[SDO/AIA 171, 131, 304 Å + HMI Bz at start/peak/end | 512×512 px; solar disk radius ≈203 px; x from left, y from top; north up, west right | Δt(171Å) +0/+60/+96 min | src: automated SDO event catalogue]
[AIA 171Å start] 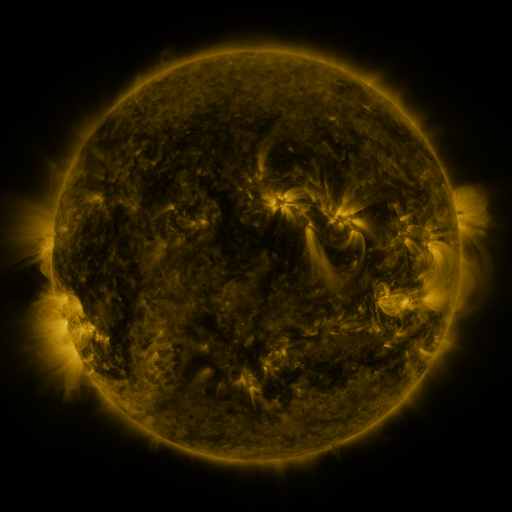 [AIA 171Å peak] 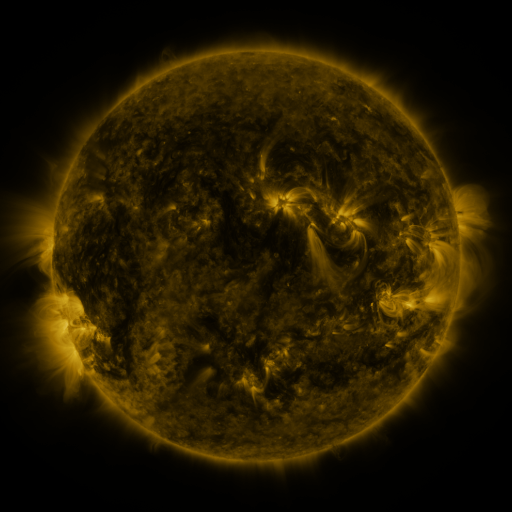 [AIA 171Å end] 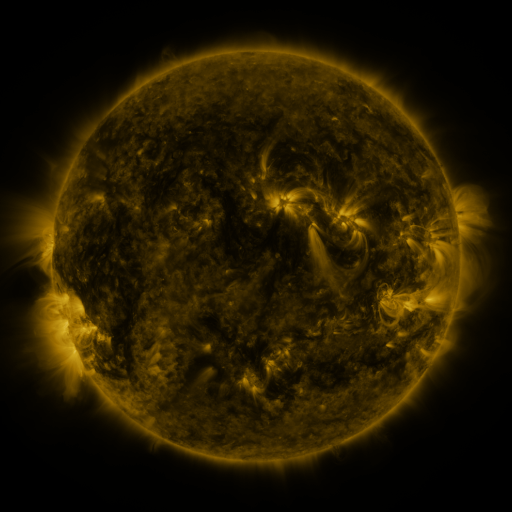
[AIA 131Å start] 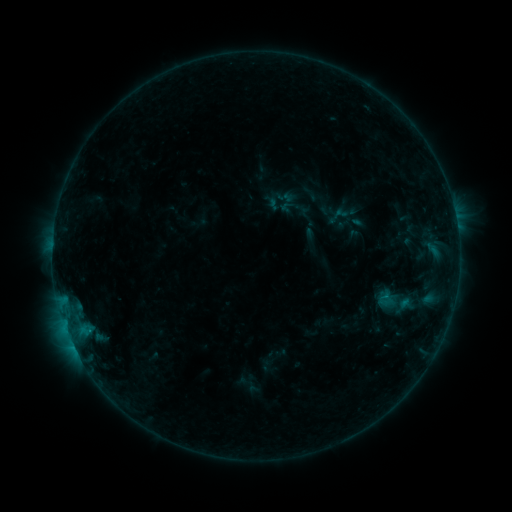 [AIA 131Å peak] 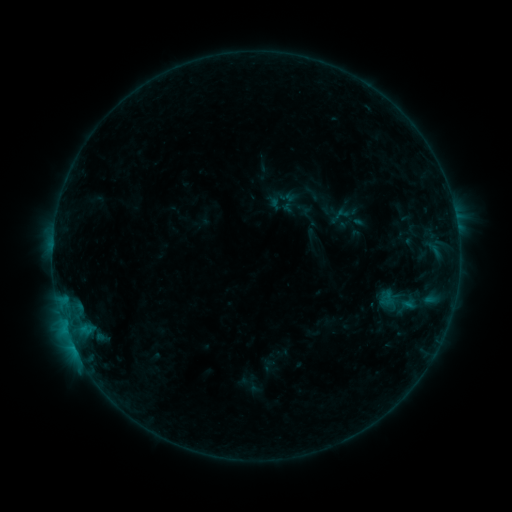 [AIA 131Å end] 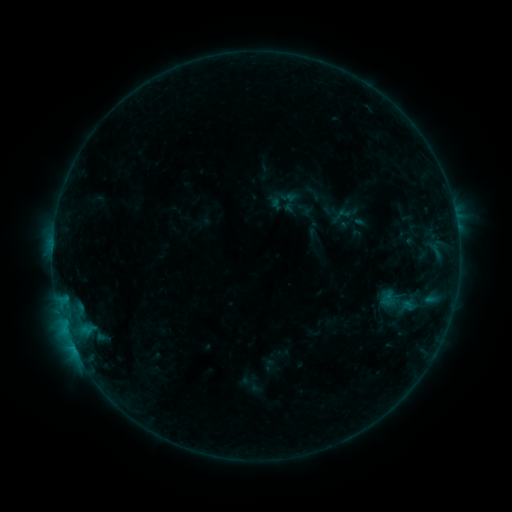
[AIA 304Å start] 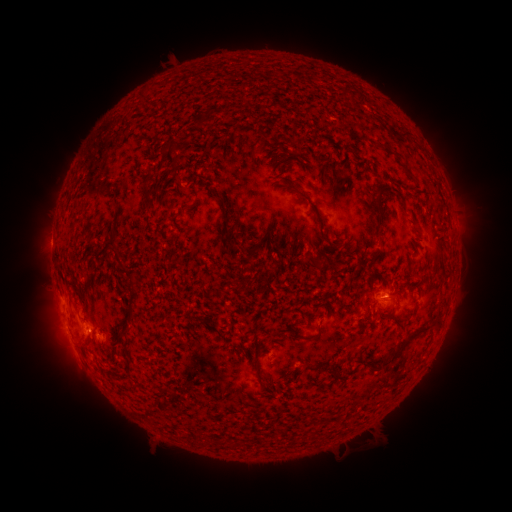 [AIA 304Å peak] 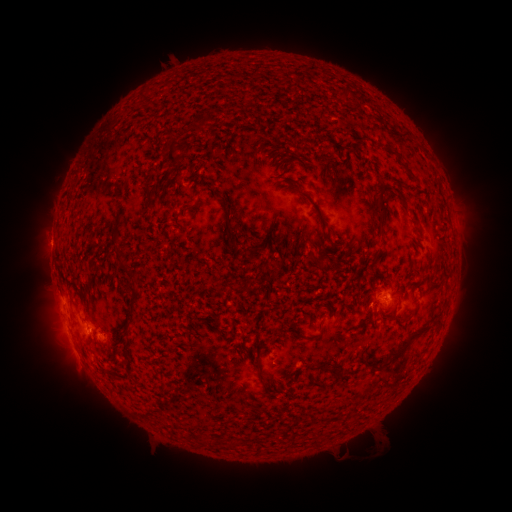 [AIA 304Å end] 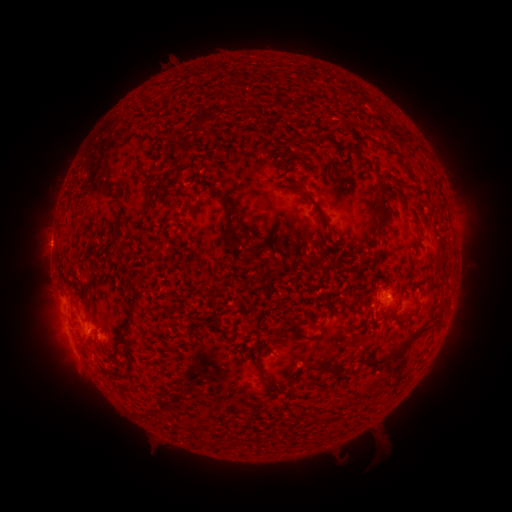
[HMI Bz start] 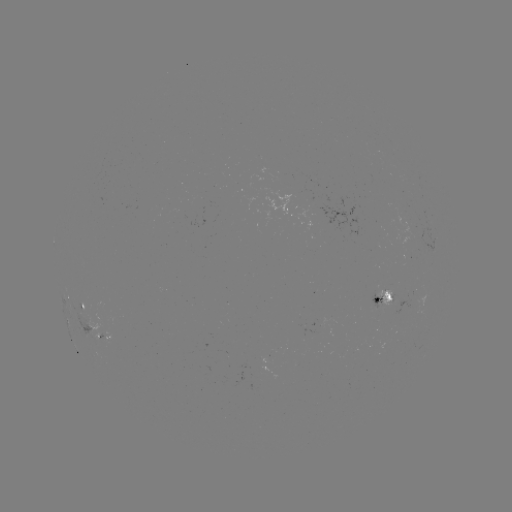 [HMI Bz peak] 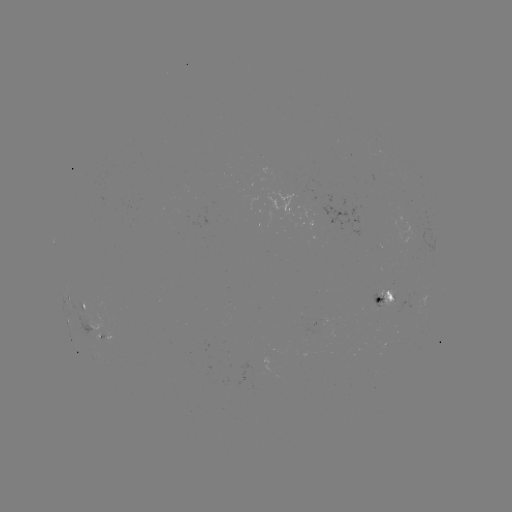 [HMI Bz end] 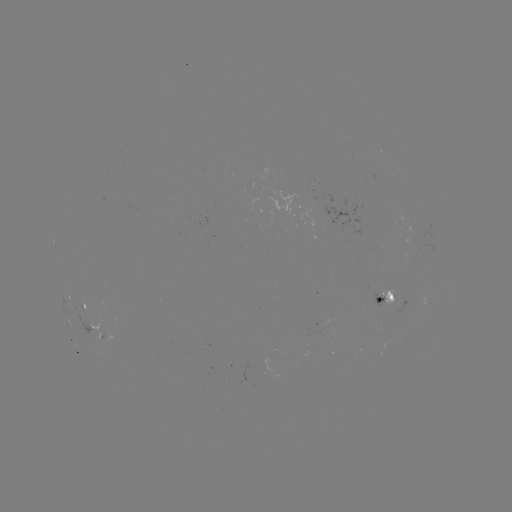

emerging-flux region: <bbox>378, 290, 396, 306</bbox>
